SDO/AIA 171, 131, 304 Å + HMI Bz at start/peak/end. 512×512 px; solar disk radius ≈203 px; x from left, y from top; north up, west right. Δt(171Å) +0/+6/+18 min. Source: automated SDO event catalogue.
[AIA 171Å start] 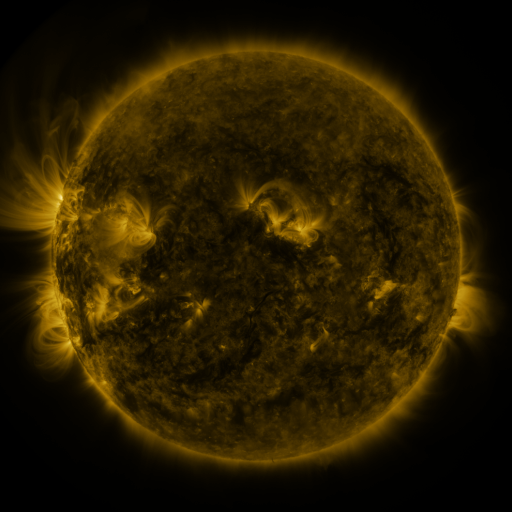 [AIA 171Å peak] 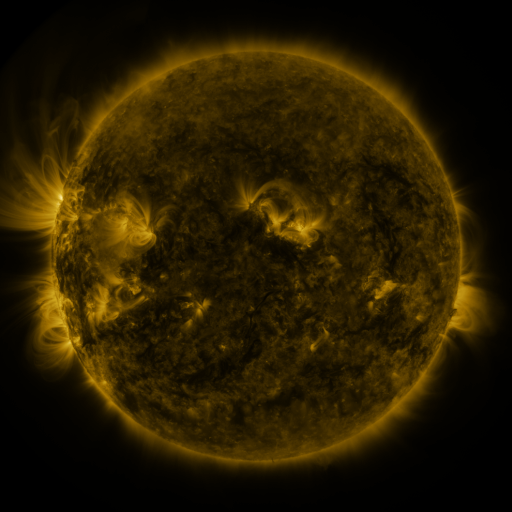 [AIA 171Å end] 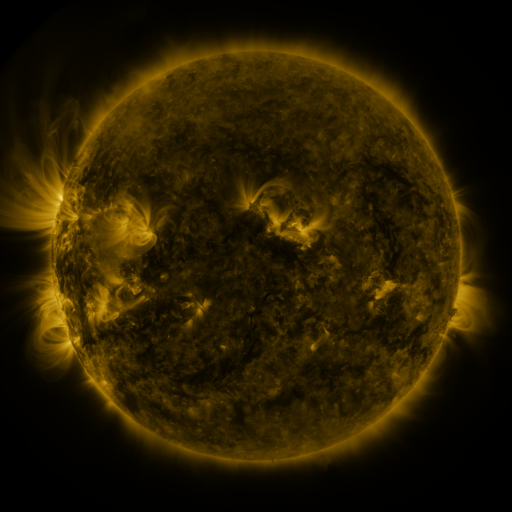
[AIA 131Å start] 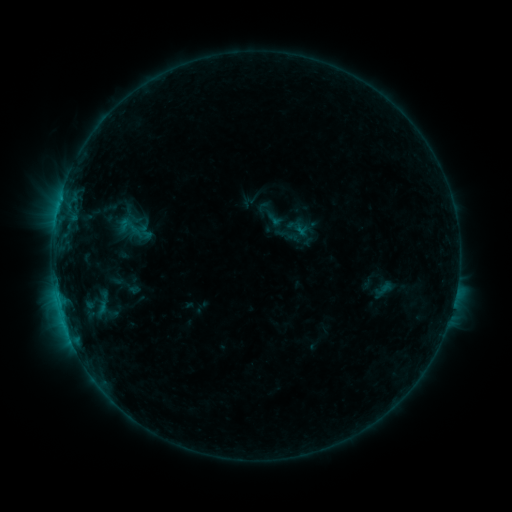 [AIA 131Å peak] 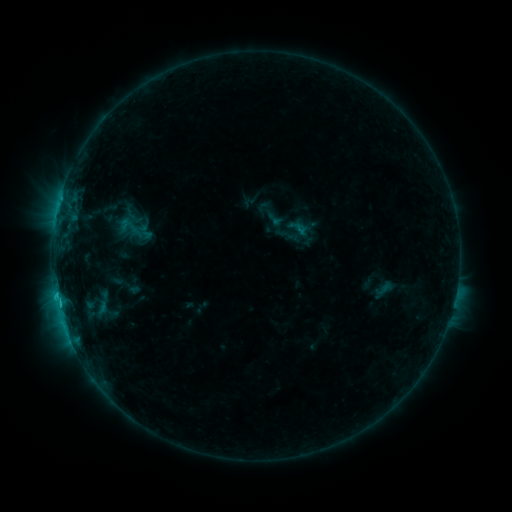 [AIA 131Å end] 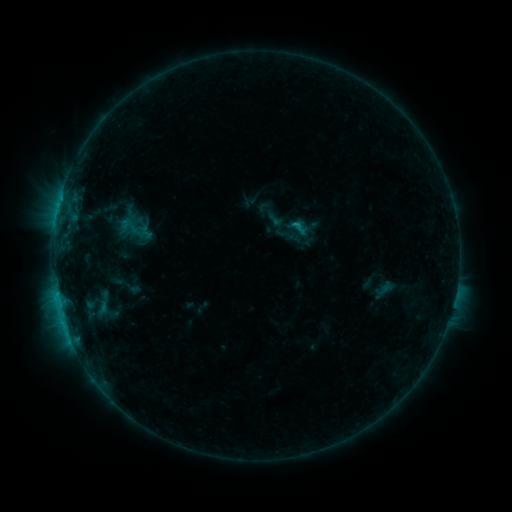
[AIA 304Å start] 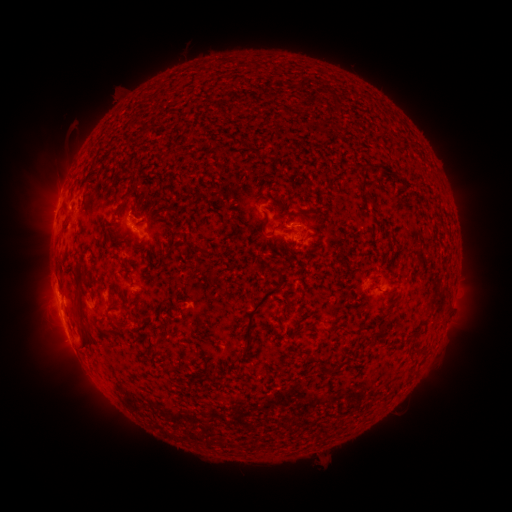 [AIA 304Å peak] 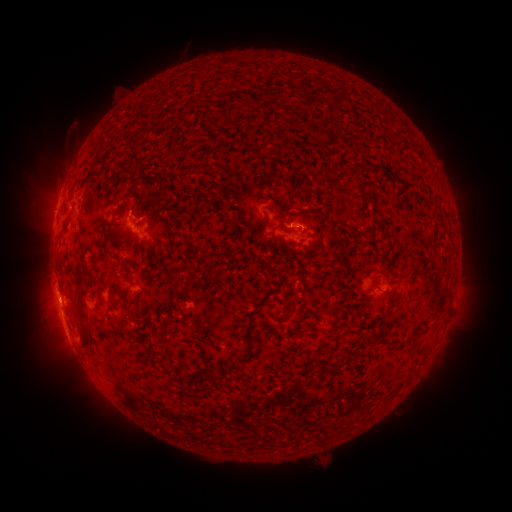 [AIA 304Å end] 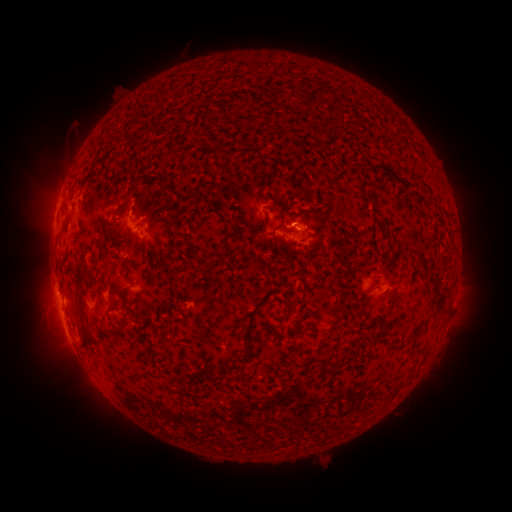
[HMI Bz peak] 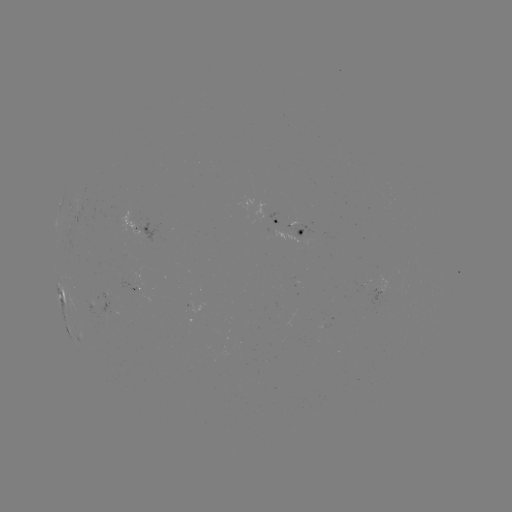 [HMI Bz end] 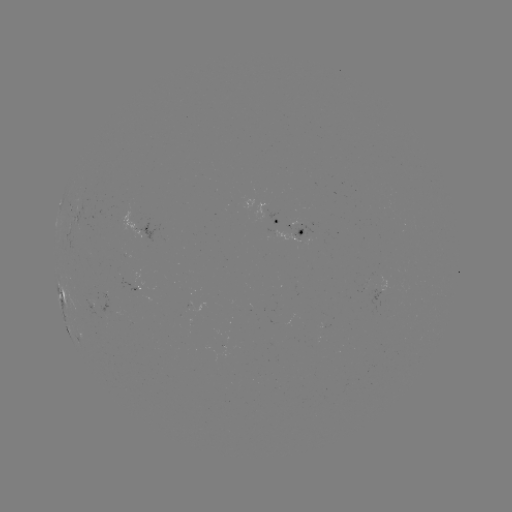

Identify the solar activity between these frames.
C1.1 flare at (56, 294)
